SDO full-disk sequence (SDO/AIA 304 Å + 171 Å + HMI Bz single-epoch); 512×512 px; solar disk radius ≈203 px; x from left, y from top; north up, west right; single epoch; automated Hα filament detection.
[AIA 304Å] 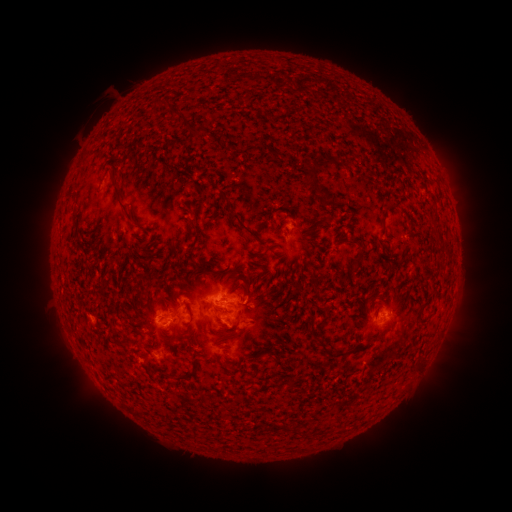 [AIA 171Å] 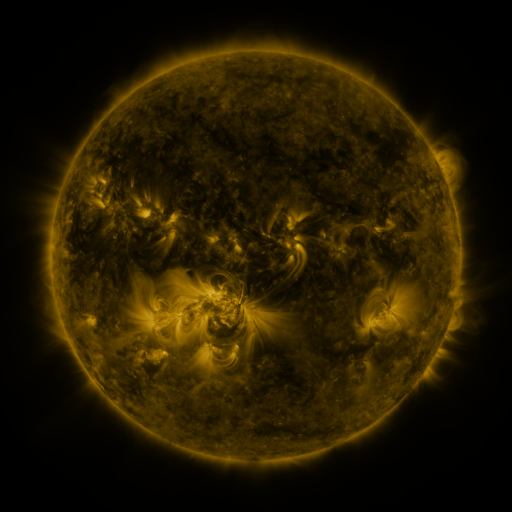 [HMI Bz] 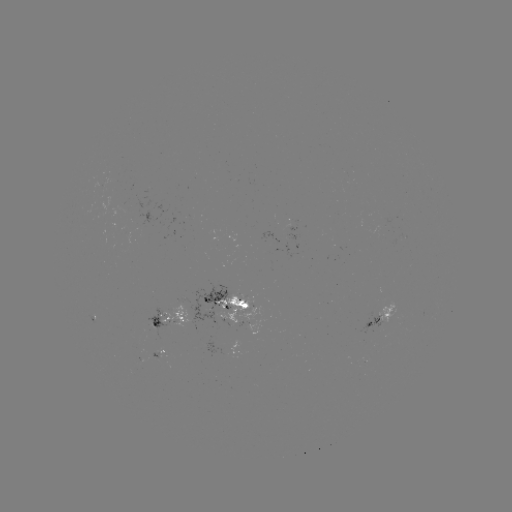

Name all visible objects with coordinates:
filament: (176, 113)
filament: (326, 163)
filament: (312, 181)
filament: (323, 194)
filament: (224, 198)
filament: (121, 202)
filament: (241, 225)
filament: (194, 227)
filament: (356, 261)
filament: (248, 286)
filament: (315, 289)
filament: (232, 336)
filament: (376, 339)
filament: (339, 354)
filament: (275, 361)
